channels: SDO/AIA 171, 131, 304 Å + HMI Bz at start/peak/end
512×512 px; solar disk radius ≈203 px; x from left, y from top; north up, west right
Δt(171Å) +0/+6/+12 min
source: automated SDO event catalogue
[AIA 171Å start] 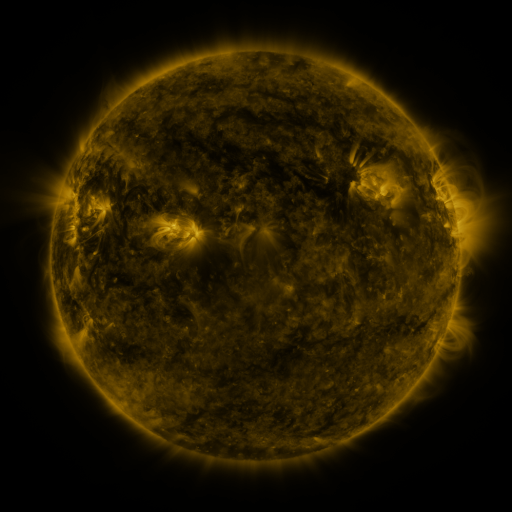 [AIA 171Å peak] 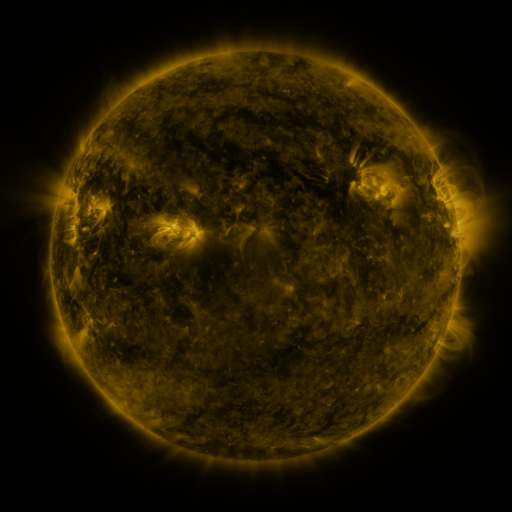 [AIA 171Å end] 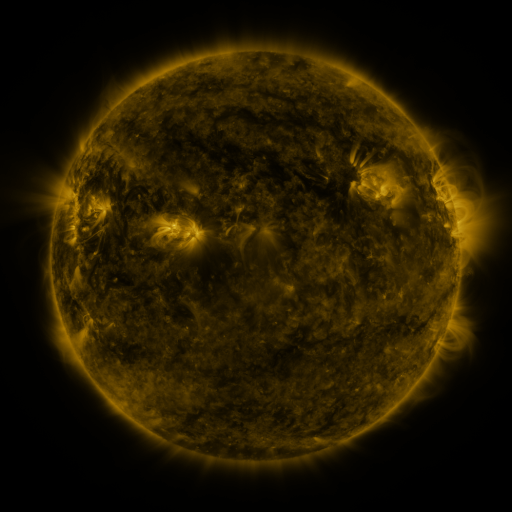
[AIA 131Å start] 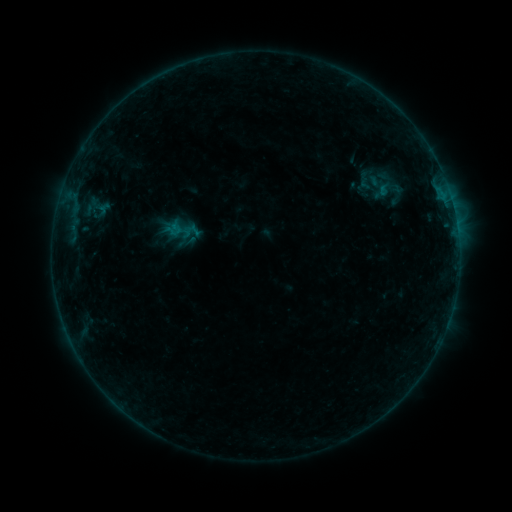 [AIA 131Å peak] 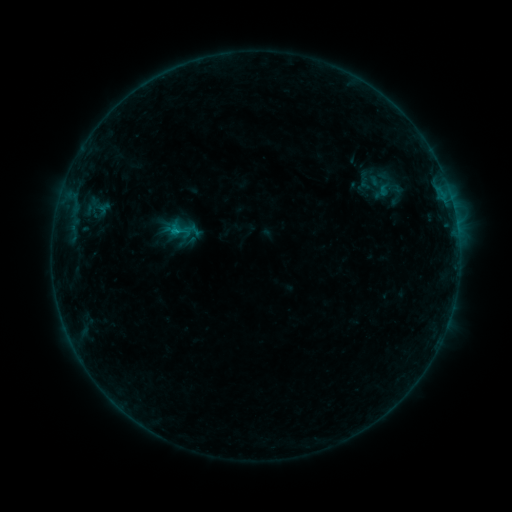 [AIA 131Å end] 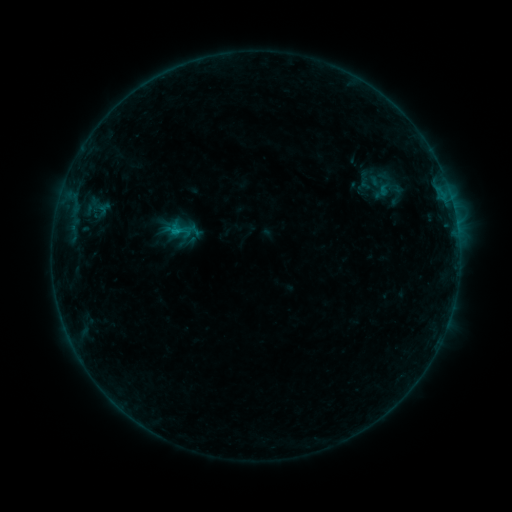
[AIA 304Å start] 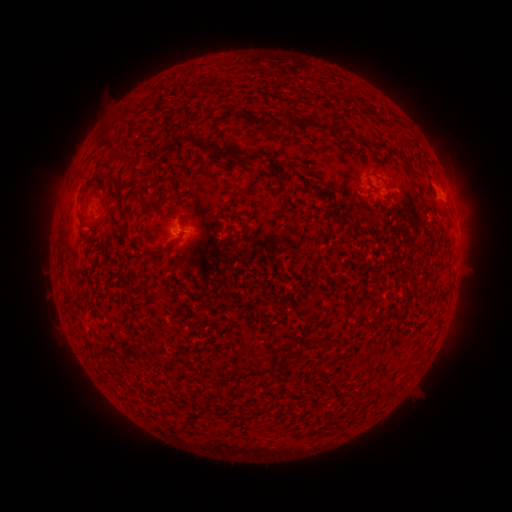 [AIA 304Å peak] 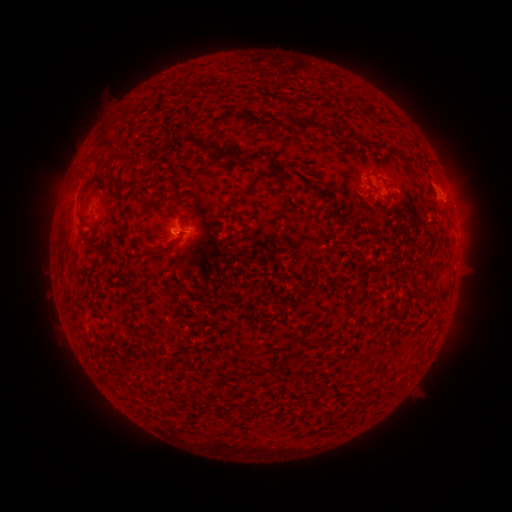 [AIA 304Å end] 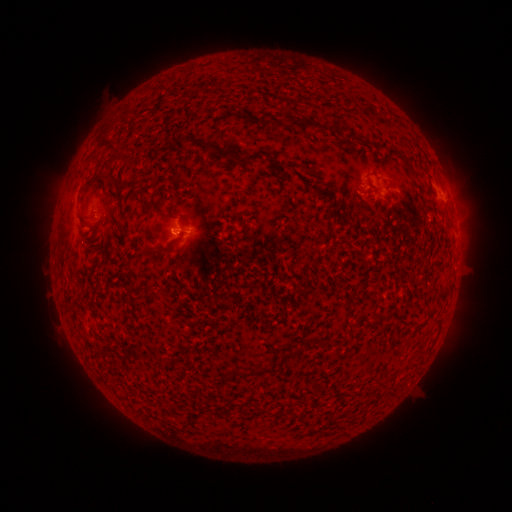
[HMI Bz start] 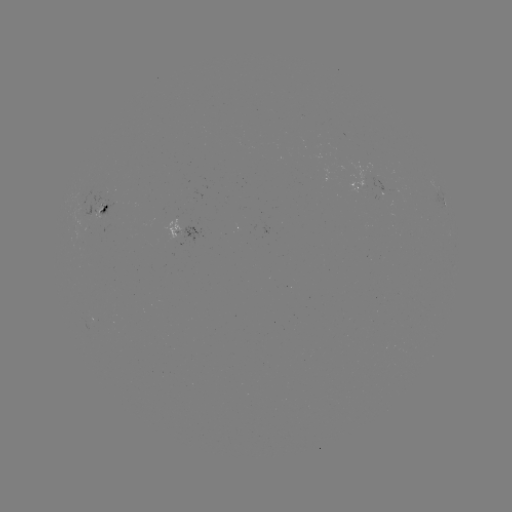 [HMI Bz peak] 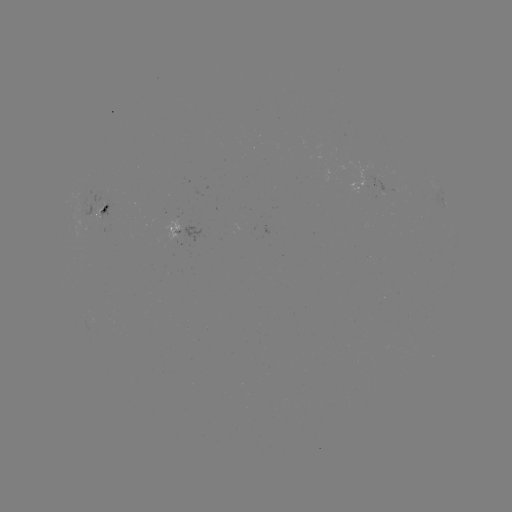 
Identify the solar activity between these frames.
B5.3 flare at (176, 233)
